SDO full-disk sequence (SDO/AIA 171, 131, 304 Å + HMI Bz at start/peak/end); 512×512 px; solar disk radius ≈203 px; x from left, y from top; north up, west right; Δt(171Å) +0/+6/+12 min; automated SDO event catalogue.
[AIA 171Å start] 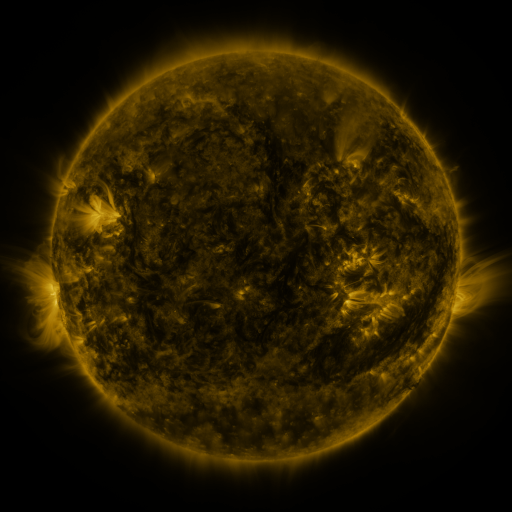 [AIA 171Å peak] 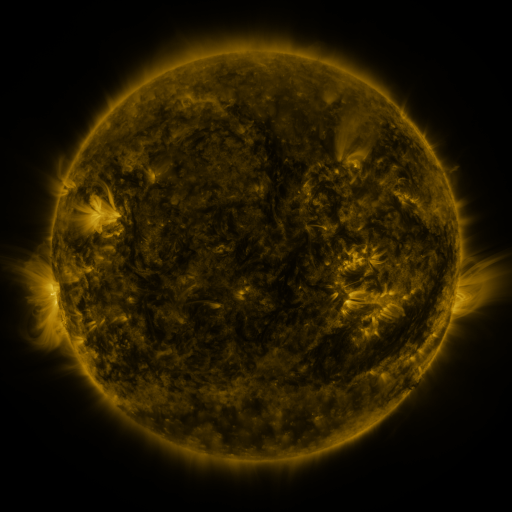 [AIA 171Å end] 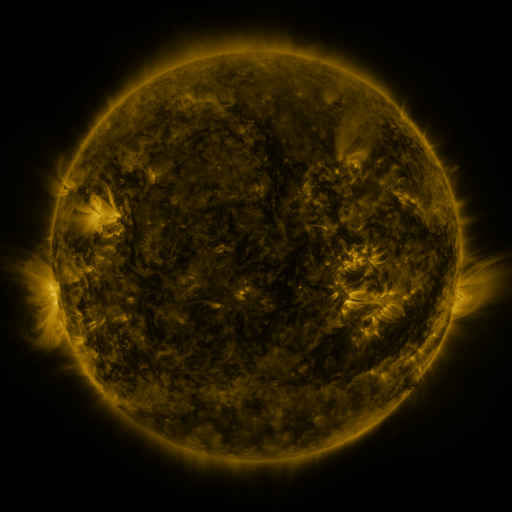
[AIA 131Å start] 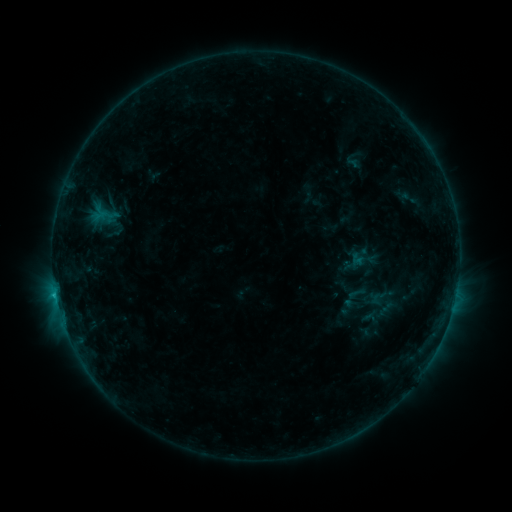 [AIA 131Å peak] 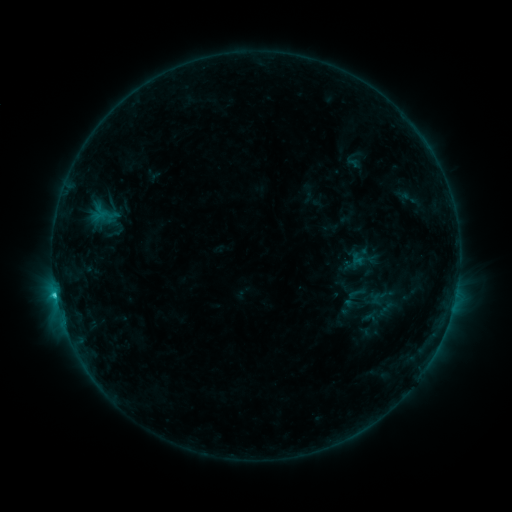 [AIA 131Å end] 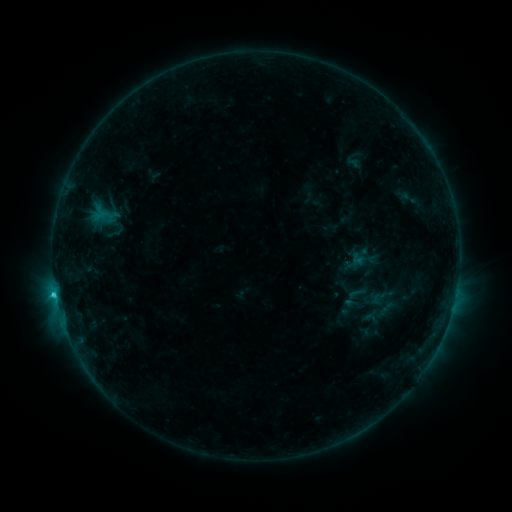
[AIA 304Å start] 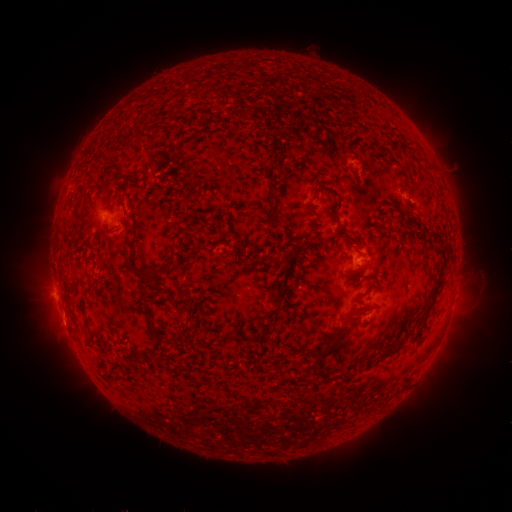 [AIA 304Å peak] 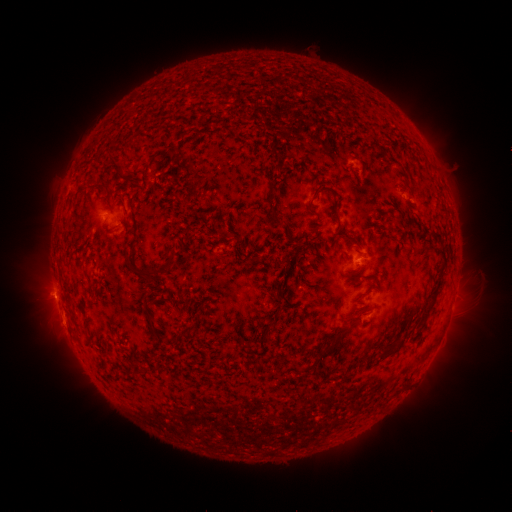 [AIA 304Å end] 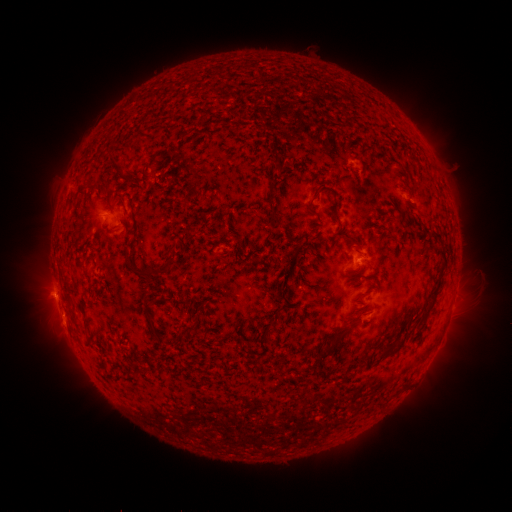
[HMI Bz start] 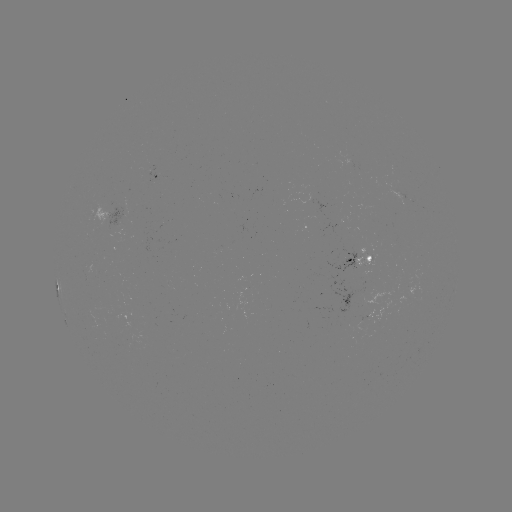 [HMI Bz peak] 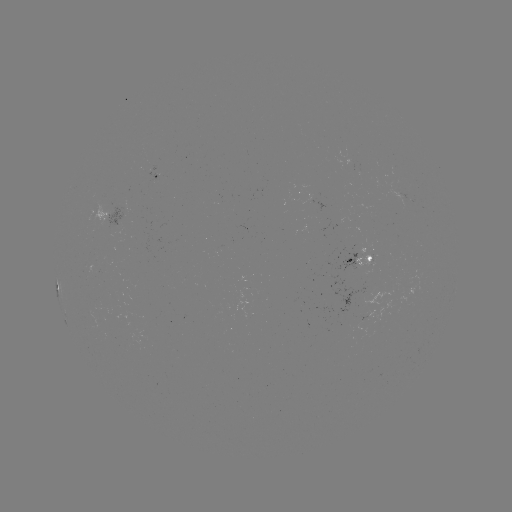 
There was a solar flare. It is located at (56, 294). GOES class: C1.7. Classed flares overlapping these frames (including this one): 1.